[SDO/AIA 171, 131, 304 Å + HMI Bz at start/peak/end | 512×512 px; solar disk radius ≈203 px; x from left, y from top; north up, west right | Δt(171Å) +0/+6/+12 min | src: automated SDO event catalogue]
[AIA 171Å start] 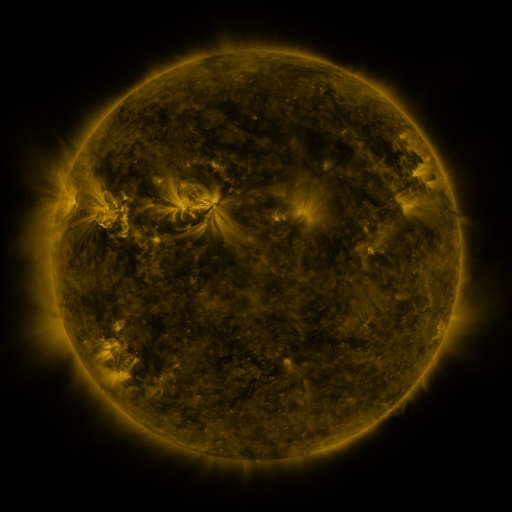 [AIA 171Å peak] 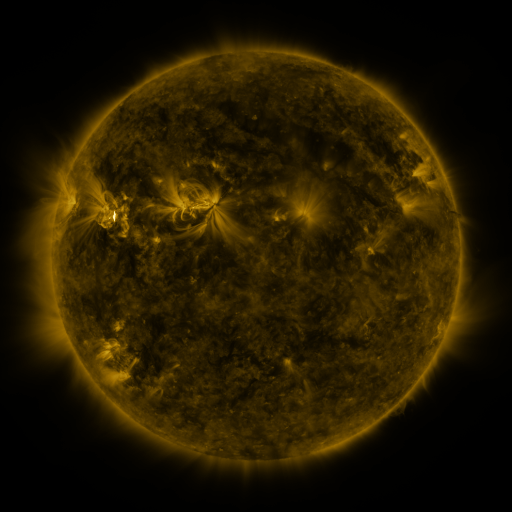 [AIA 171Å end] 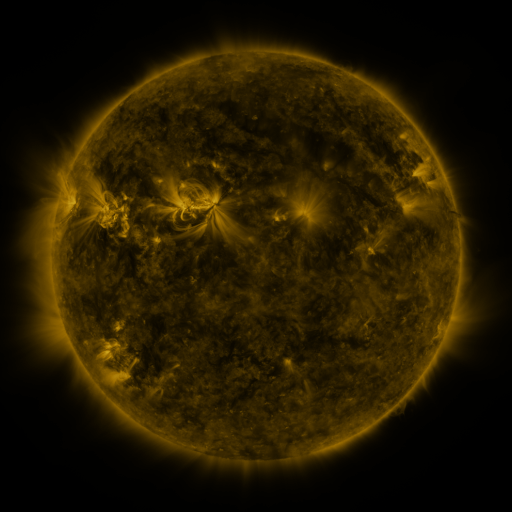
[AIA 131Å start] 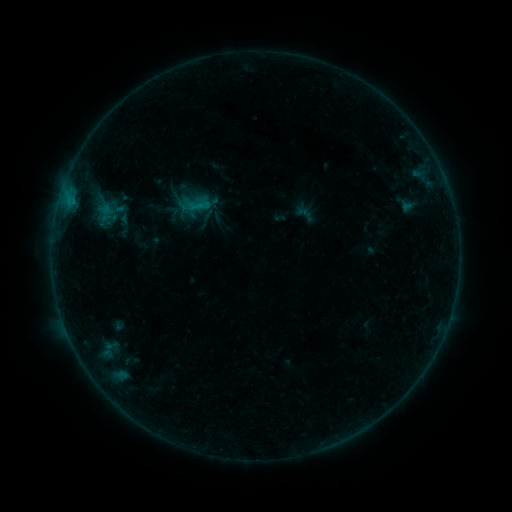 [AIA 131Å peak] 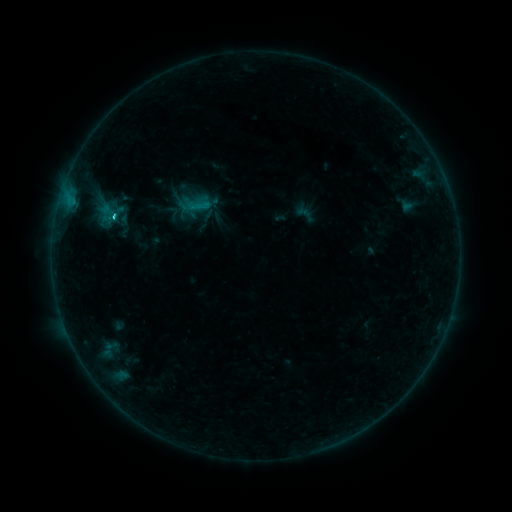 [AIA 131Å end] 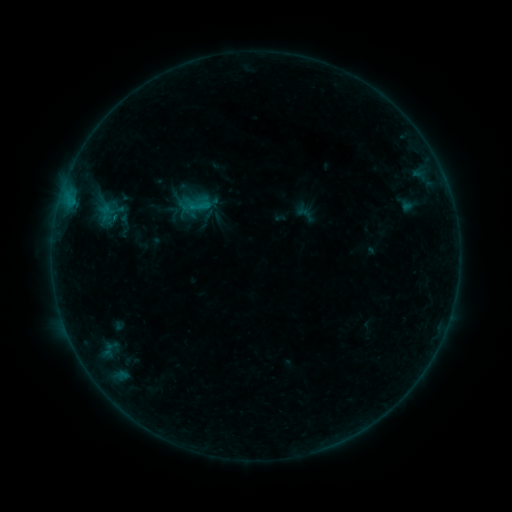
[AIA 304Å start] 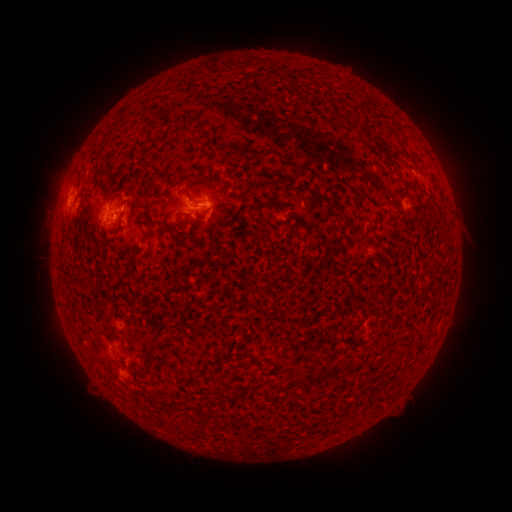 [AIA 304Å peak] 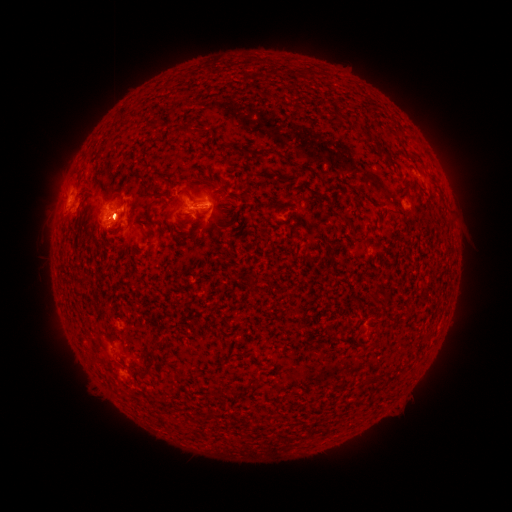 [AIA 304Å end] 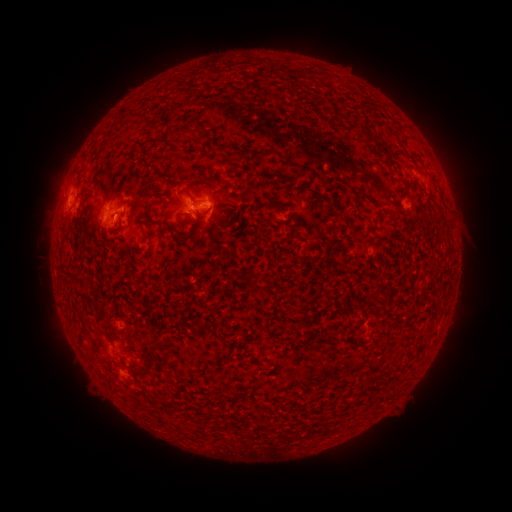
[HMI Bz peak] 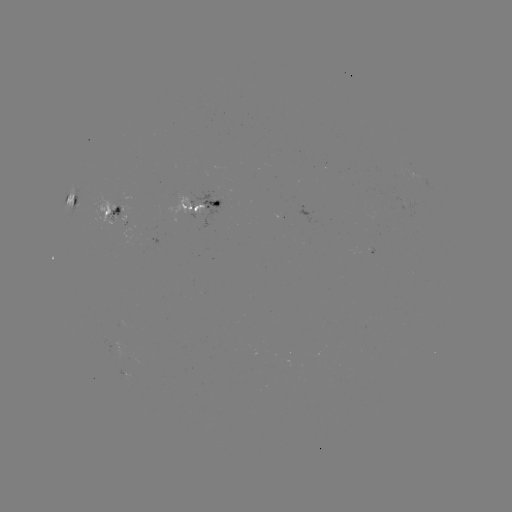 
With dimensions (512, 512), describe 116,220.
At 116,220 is C1.0 flare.